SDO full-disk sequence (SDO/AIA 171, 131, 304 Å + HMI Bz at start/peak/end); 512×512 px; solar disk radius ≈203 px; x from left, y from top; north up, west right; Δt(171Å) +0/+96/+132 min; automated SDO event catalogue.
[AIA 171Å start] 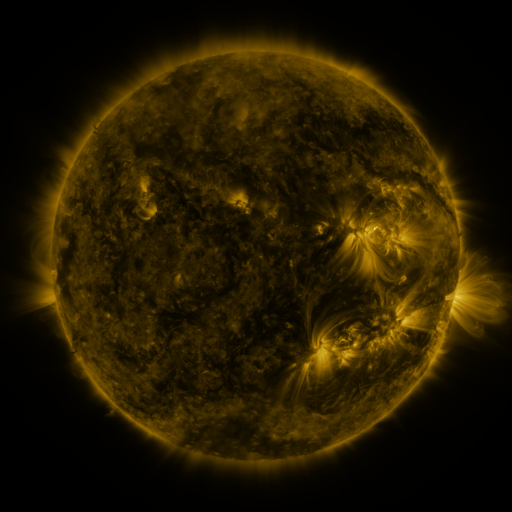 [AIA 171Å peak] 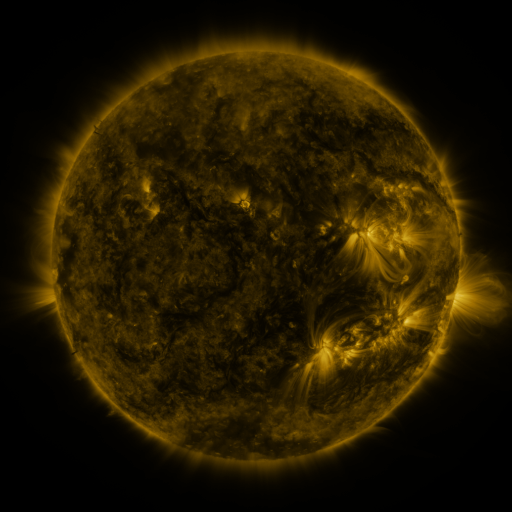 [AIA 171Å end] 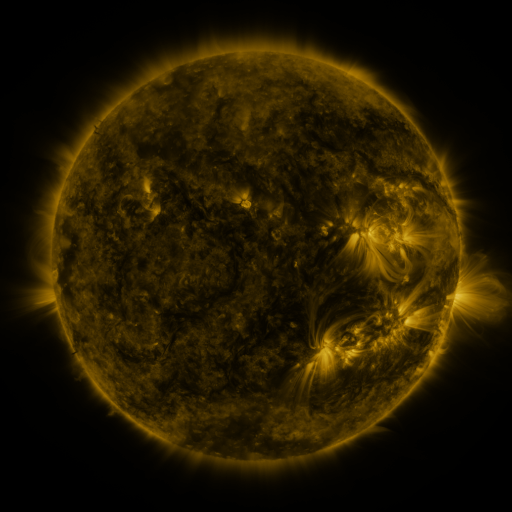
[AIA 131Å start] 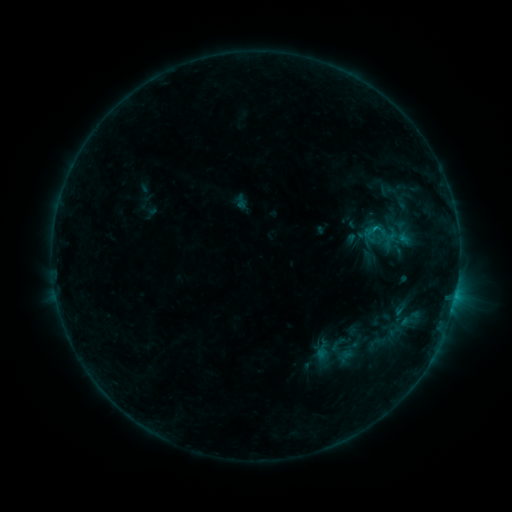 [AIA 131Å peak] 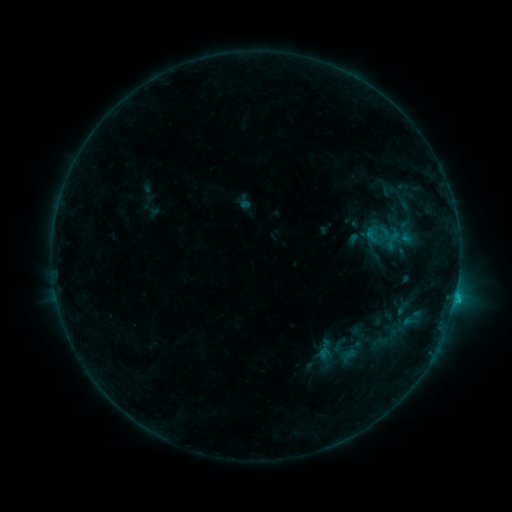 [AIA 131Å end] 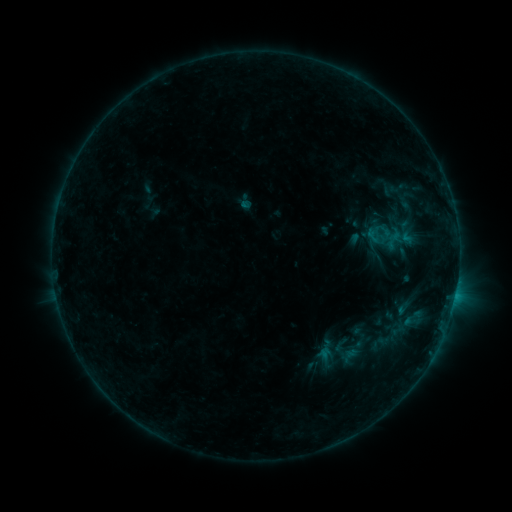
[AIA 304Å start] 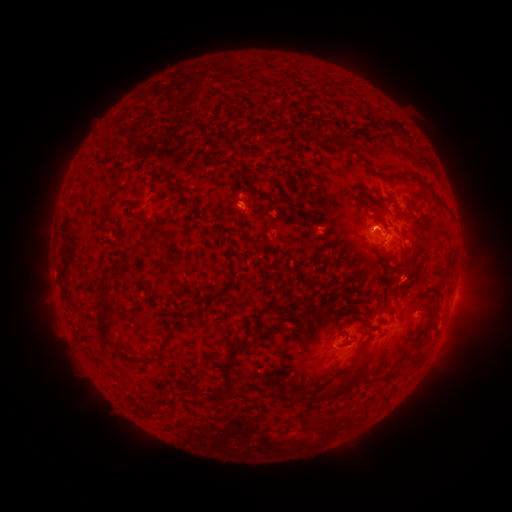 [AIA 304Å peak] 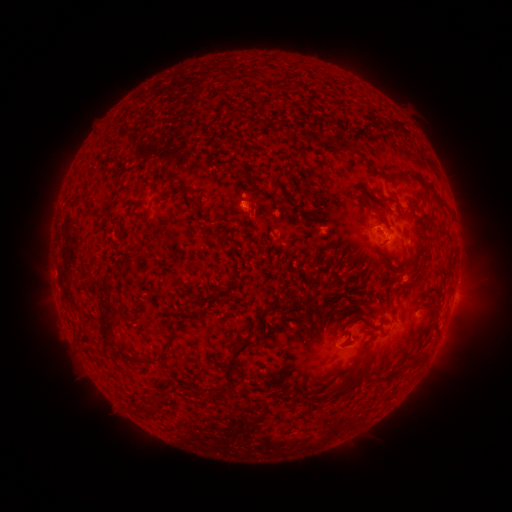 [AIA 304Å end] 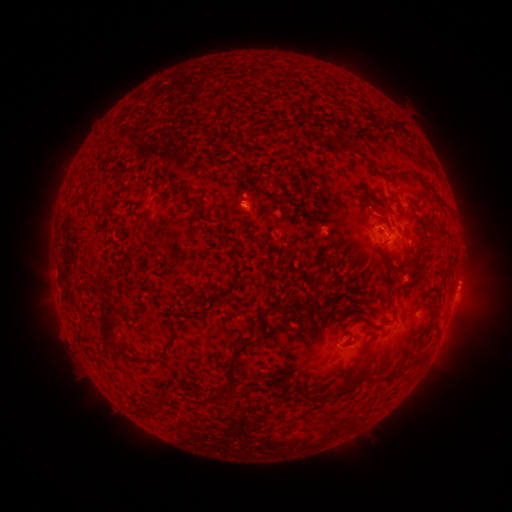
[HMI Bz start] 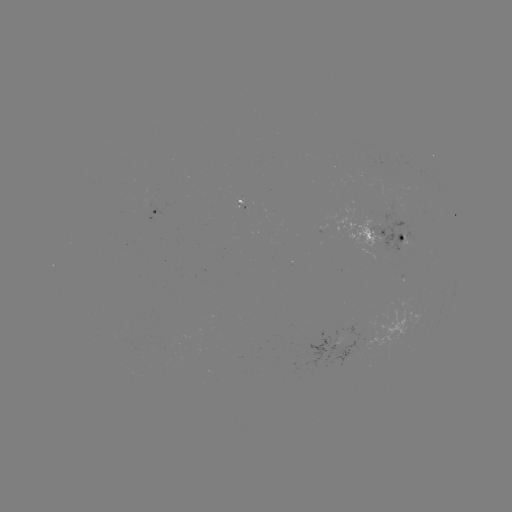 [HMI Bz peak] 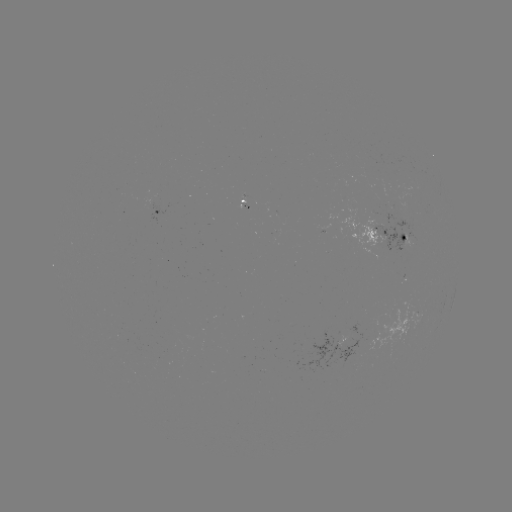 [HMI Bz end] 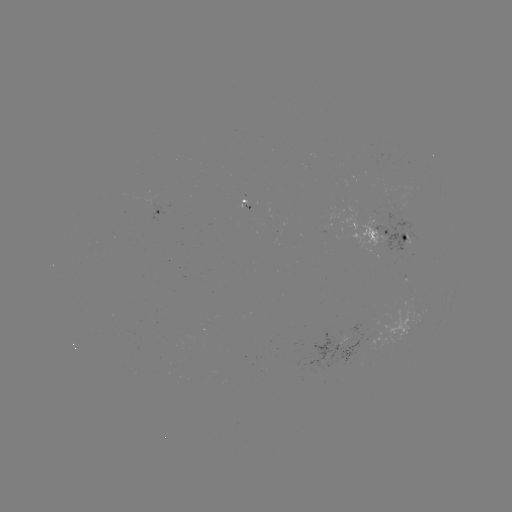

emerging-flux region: [375, 214, 420, 252]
